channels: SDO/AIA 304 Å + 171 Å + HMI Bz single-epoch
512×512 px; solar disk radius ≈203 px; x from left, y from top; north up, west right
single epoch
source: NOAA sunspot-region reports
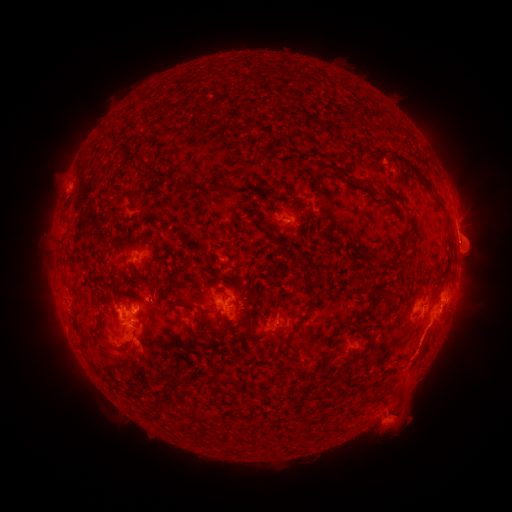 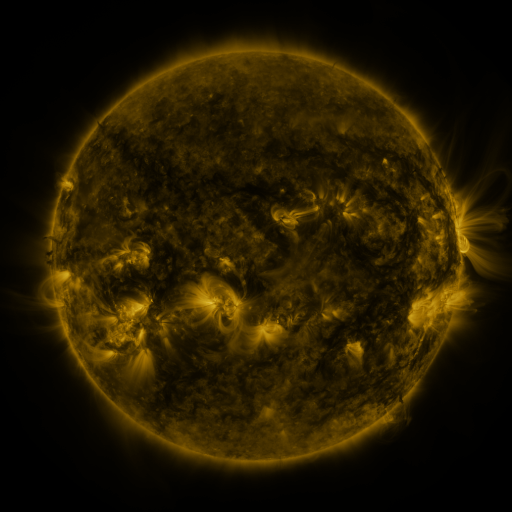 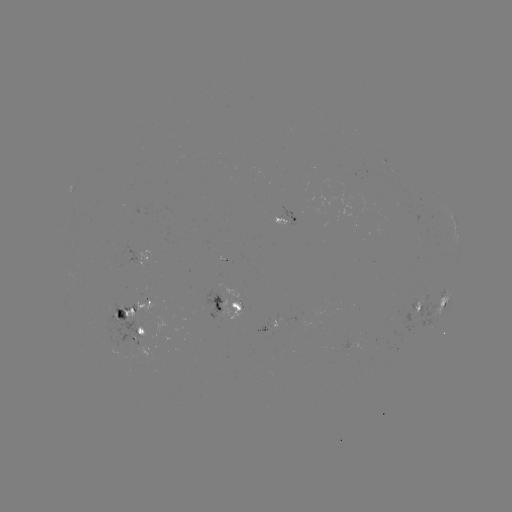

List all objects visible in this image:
spotted active region: (286, 222)
spotted active region: (457, 234)
spotted active region: (151, 259)
spotted active region: (231, 303)
spotted active region: (444, 303)
spotted active region: (421, 307)
spotted active region: (133, 314)
spotted active region: (144, 328)
